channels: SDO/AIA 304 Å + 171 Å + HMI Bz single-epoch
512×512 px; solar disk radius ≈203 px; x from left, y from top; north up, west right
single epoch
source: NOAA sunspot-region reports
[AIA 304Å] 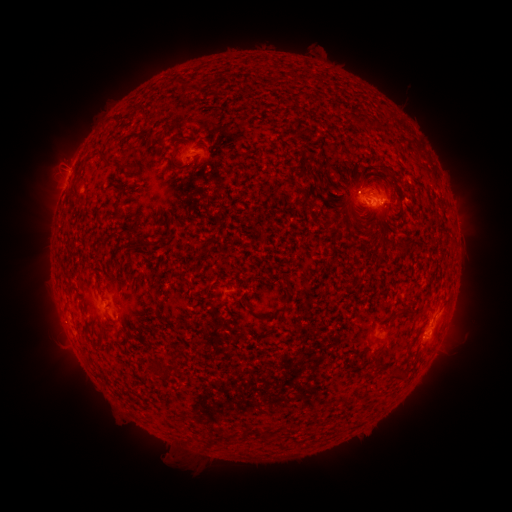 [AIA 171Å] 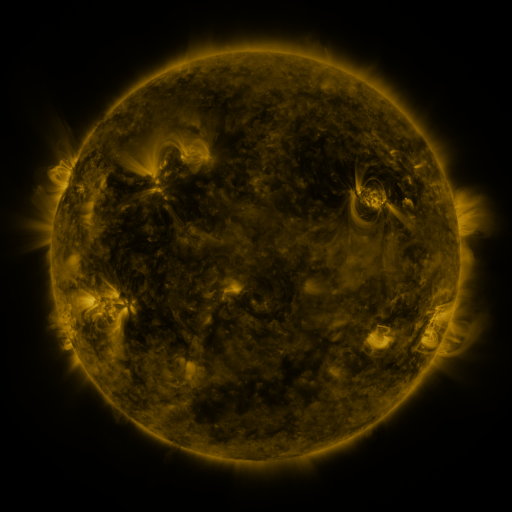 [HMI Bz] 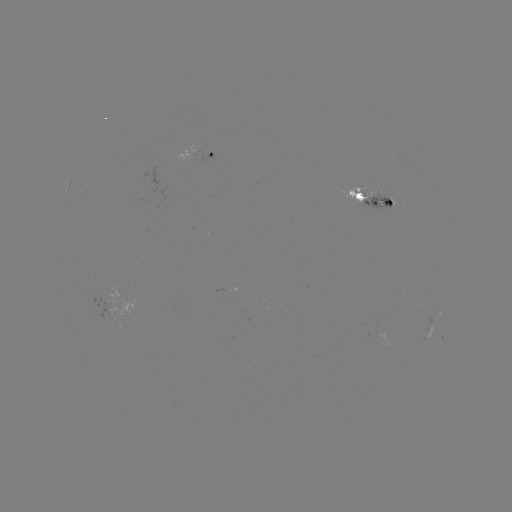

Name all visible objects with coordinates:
spotted active region: (198, 155)
spotted active region: (369, 196)
spotted active region: (436, 316)
